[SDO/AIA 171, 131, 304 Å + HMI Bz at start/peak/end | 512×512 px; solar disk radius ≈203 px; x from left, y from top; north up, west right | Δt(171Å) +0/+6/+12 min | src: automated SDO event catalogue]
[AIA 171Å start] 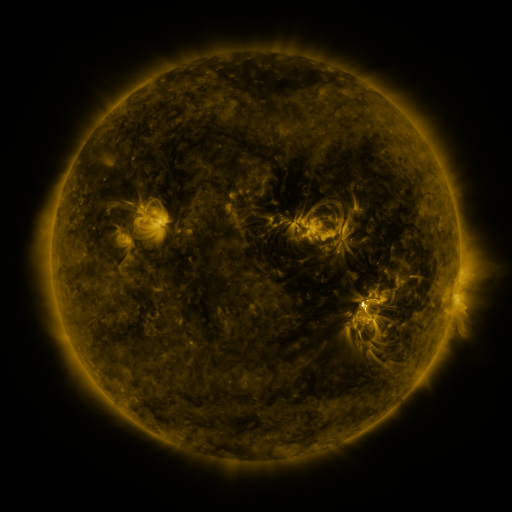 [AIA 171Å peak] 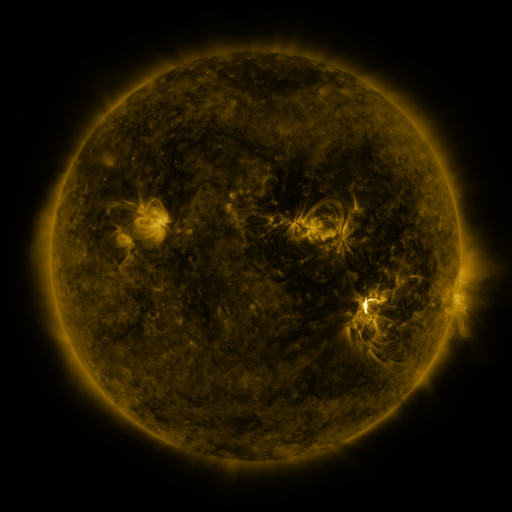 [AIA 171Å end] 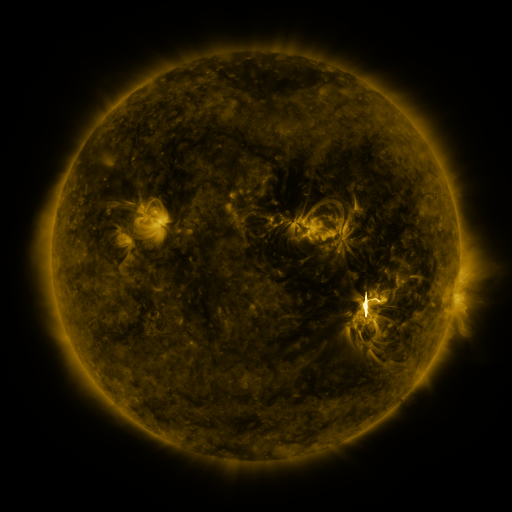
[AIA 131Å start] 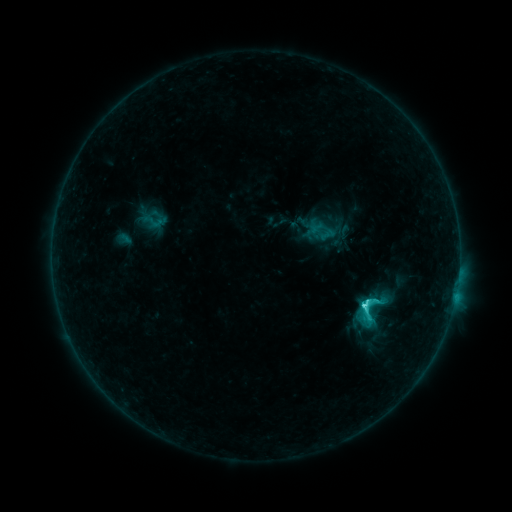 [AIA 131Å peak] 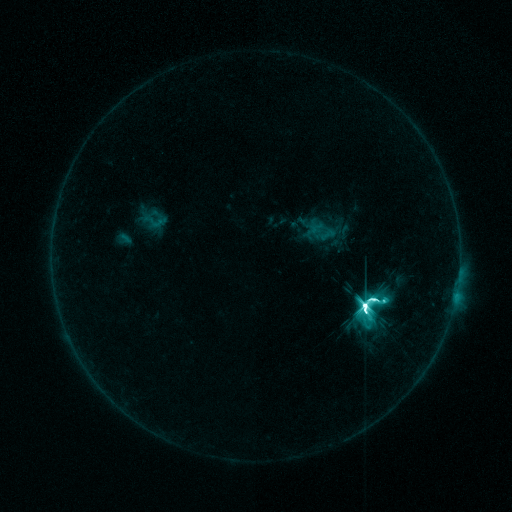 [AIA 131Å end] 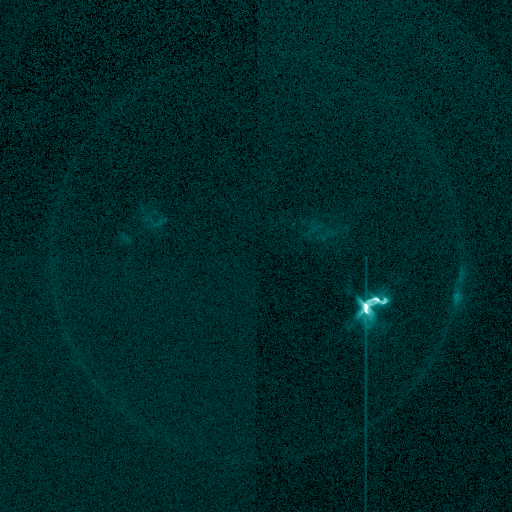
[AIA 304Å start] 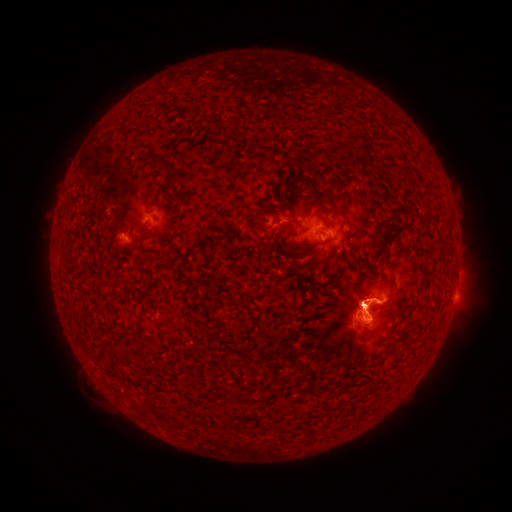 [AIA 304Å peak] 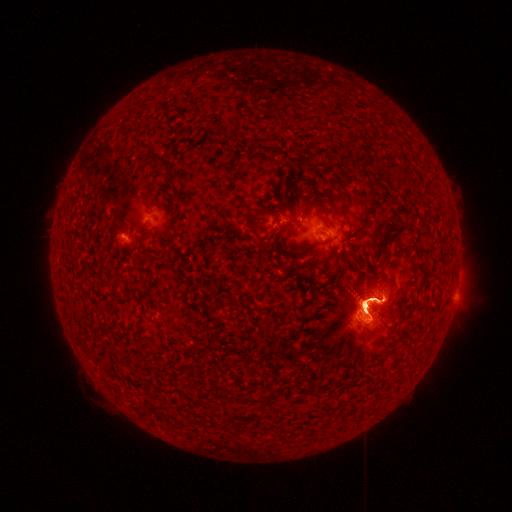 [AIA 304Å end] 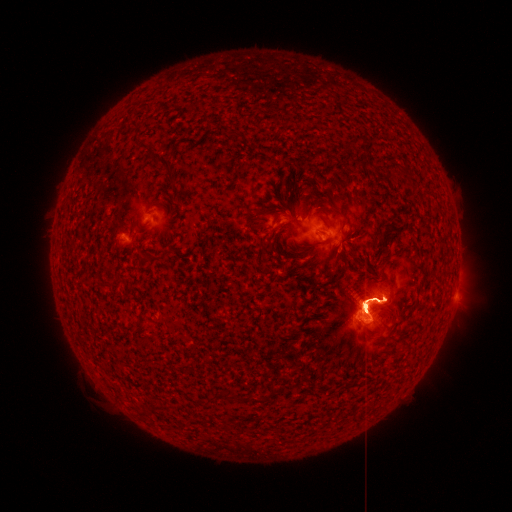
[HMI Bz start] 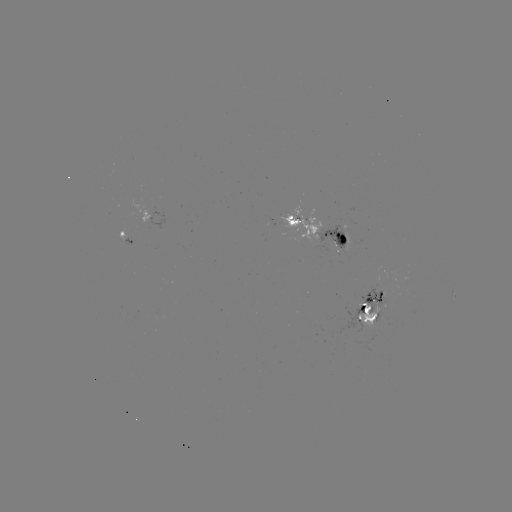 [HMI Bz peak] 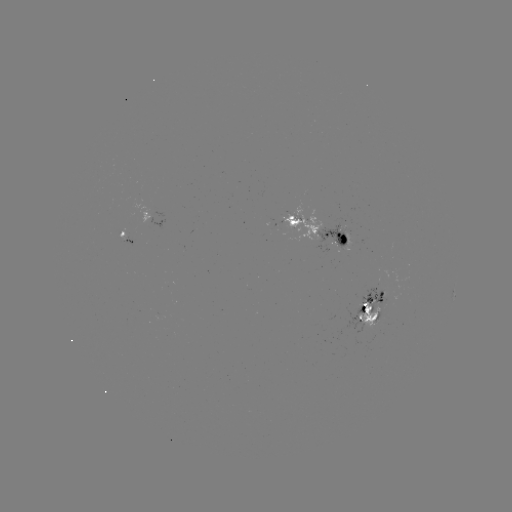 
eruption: (320, 258, 403, 348)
